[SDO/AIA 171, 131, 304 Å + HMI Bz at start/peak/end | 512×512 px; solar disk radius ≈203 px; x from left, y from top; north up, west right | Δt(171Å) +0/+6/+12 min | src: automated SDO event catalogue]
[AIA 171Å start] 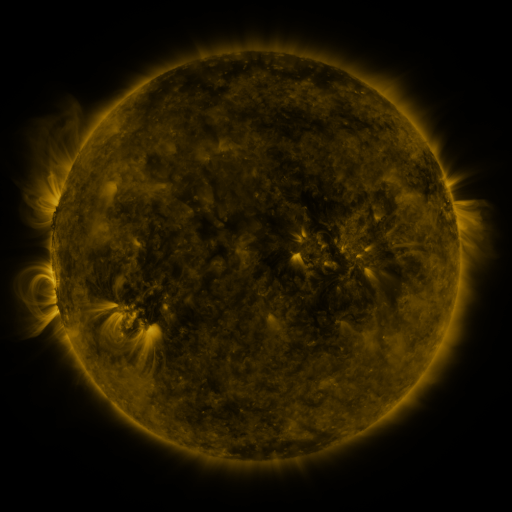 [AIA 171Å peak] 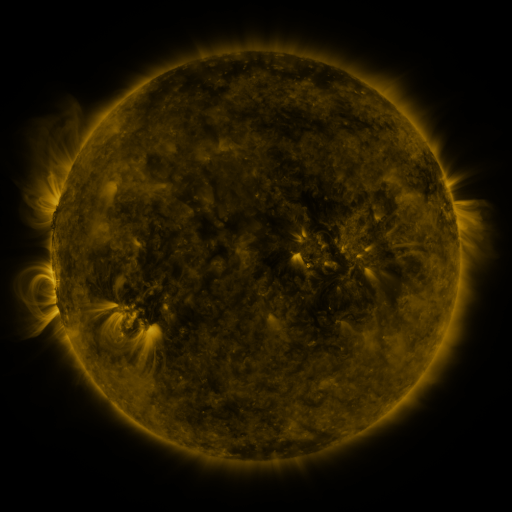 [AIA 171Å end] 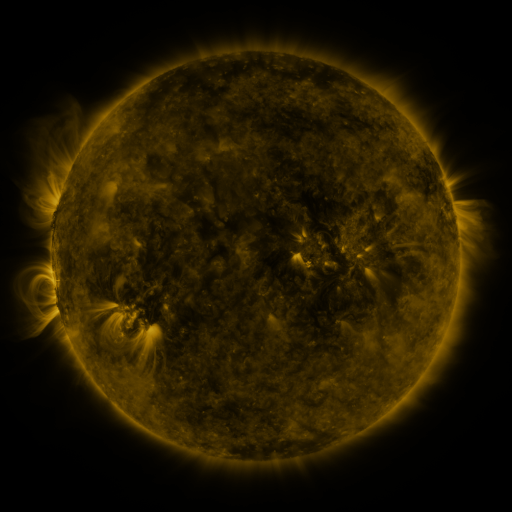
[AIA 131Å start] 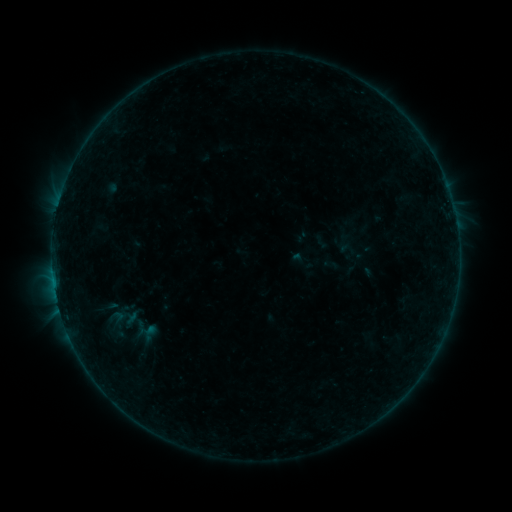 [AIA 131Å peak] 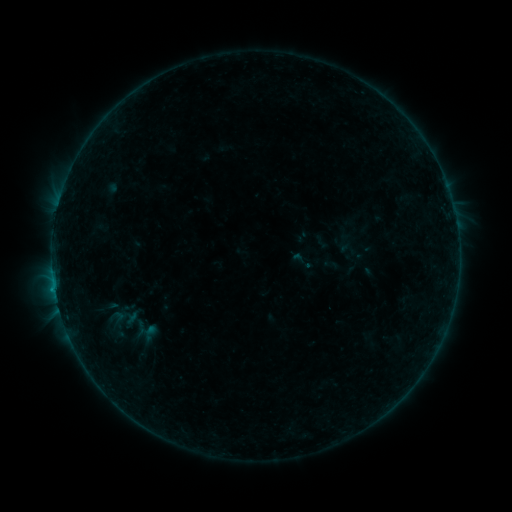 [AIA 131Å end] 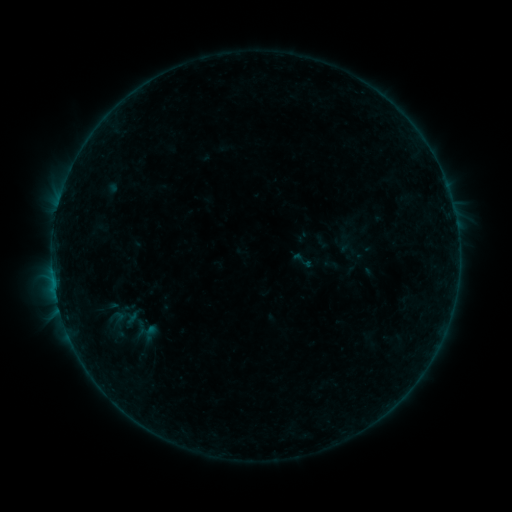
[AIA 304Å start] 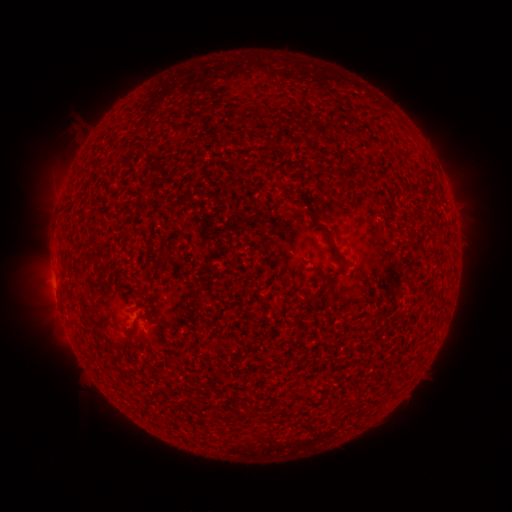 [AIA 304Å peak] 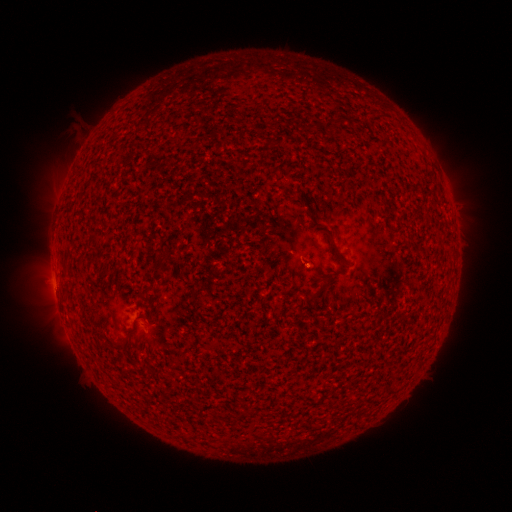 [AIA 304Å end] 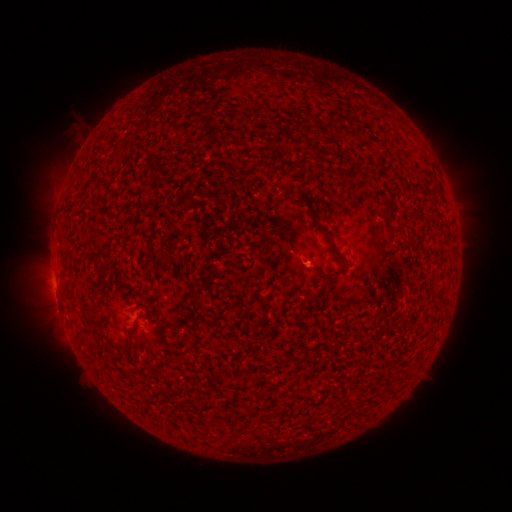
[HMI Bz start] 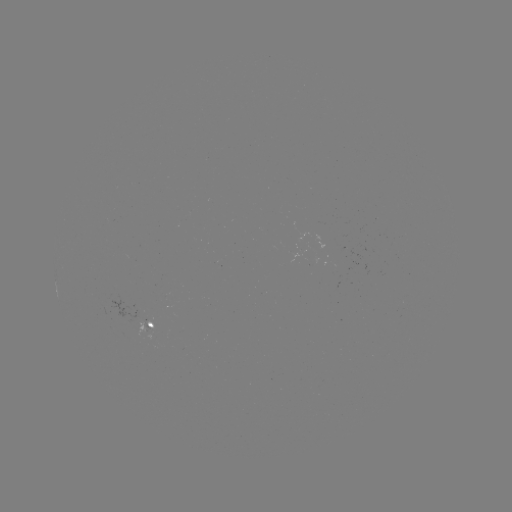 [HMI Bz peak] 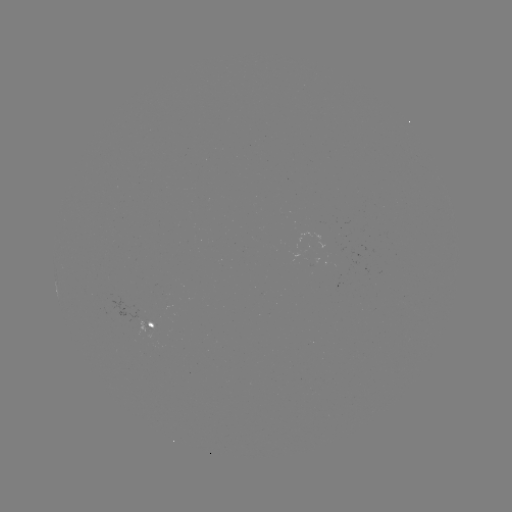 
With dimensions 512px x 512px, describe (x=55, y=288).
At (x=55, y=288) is B2.1 flare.